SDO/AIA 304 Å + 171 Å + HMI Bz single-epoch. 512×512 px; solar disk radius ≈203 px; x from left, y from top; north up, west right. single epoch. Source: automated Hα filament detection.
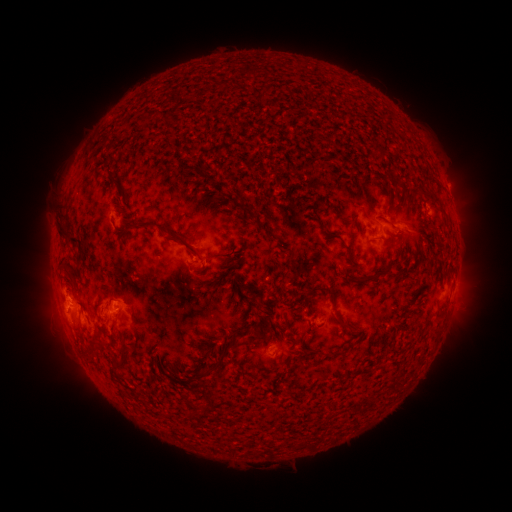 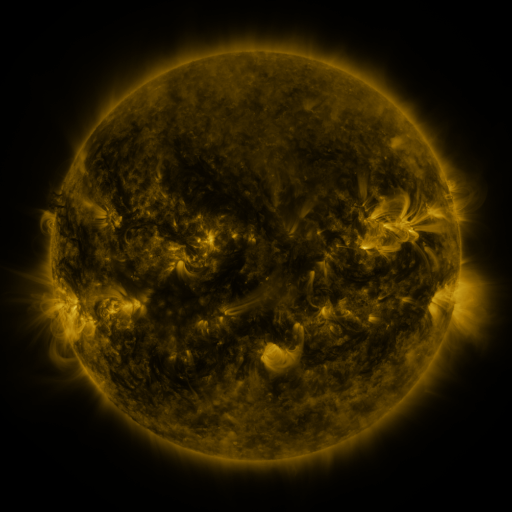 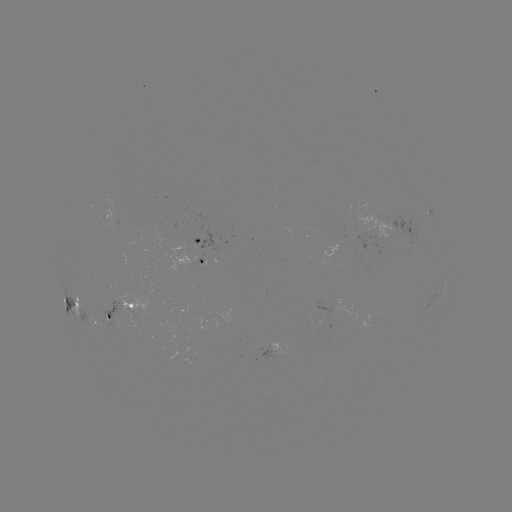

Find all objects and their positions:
filament: [370, 143, 383, 158]
filament: [106, 174, 124, 197]
filament: [194, 181, 205, 189]
filament: [426, 189, 443, 211]
filament: [325, 204, 352, 223]
filament: [311, 213, 323, 227]
filament: [58, 215, 80, 247]
filament: [250, 218, 276, 242]
filament: [158, 229, 202, 260]
filament: [375, 232, 391, 241]
filament: [345, 244, 359, 270]
filament: [231, 246, 237, 255]
filament: [292, 250, 306, 259]
filament: [209, 252, 225, 261]
filament: [352, 269, 381, 282]
filament: [69, 273, 77, 284]
filament: [235, 275, 261, 299]
filament: [303, 284, 336, 307]
filament: [255, 301, 264, 315]
filament: [333, 311, 347, 326]
filament: [247, 321, 271, 347]
filament: [269, 322, 276, 333]
filament: [201, 330, 246, 377]
filament: [111, 347, 133, 373]
filament: [212, 347, 221, 360]
filament: [324, 348, 344, 357]
filament: [84, 349, 100, 364]
filament: [254, 362, 267, 373]
filament: [168, 372, 177, 381]
